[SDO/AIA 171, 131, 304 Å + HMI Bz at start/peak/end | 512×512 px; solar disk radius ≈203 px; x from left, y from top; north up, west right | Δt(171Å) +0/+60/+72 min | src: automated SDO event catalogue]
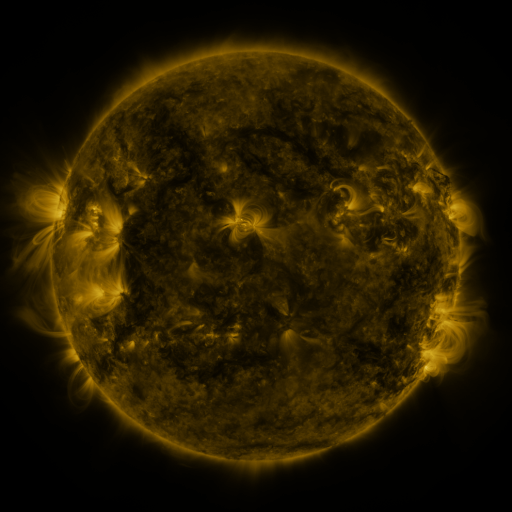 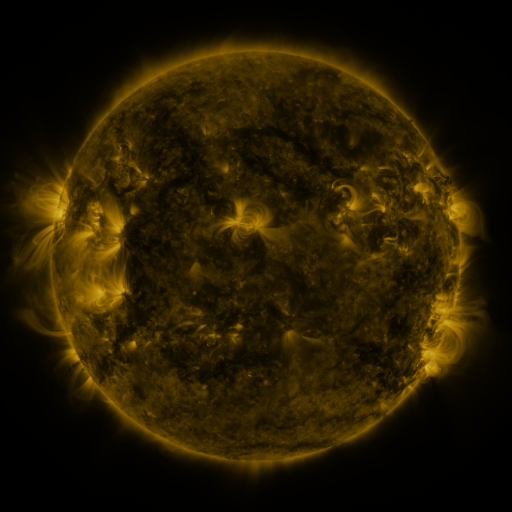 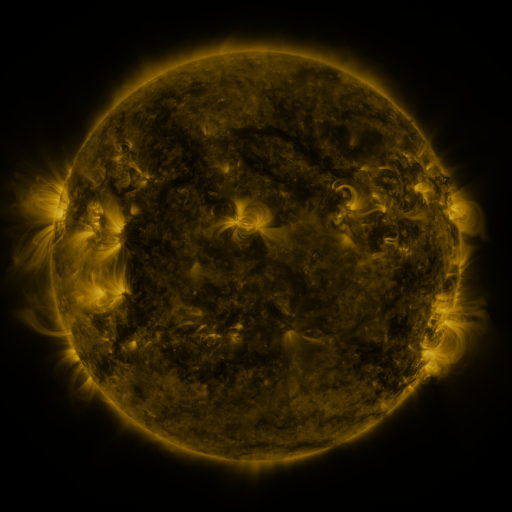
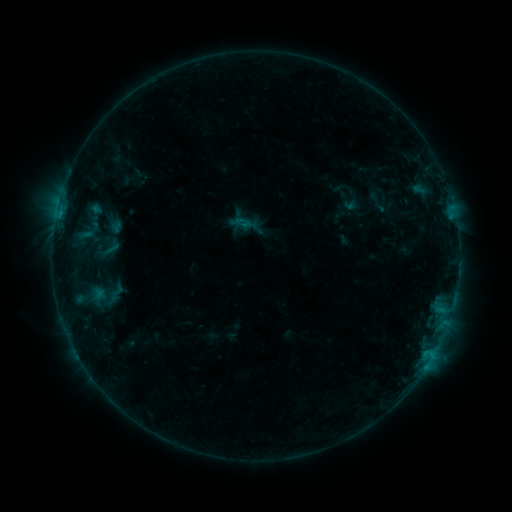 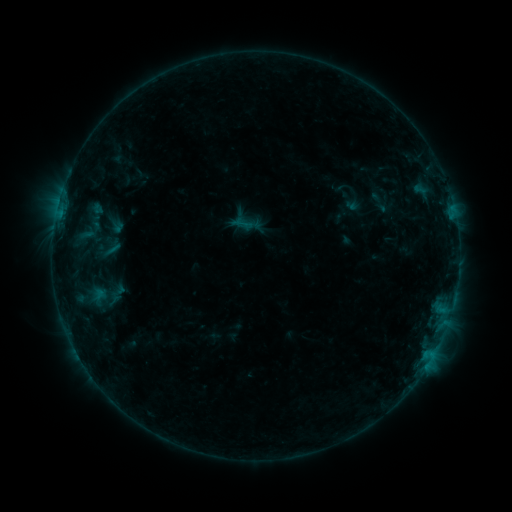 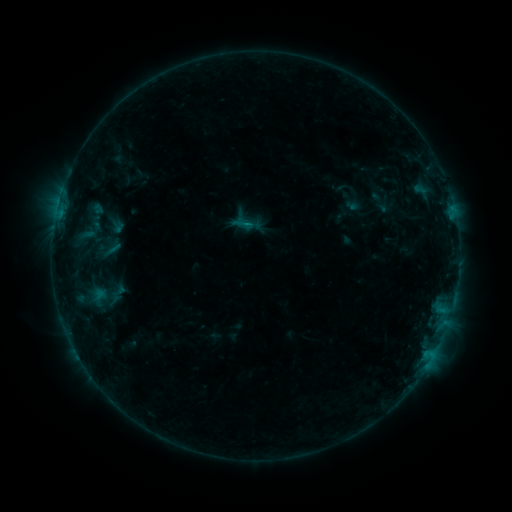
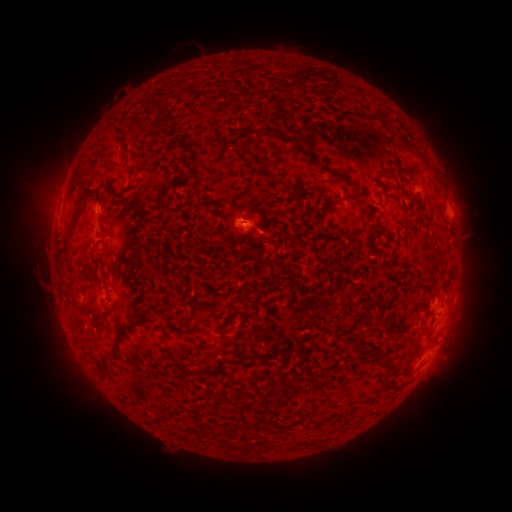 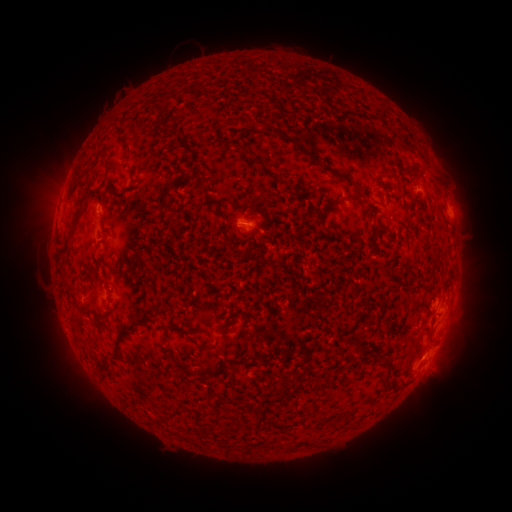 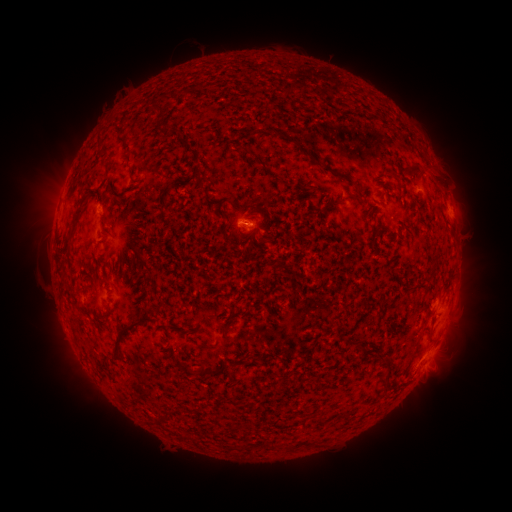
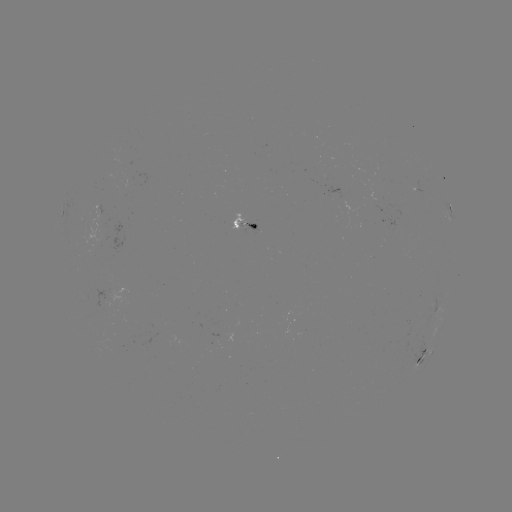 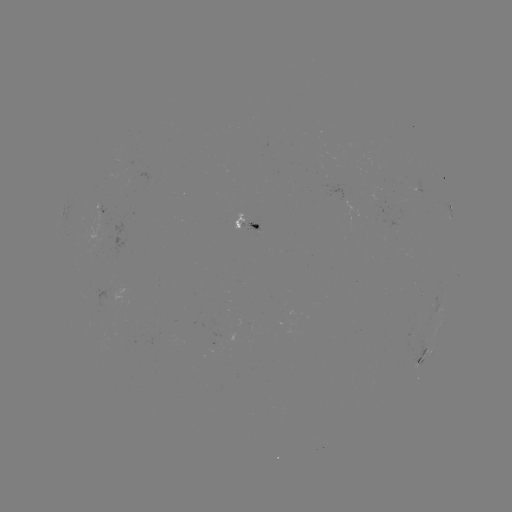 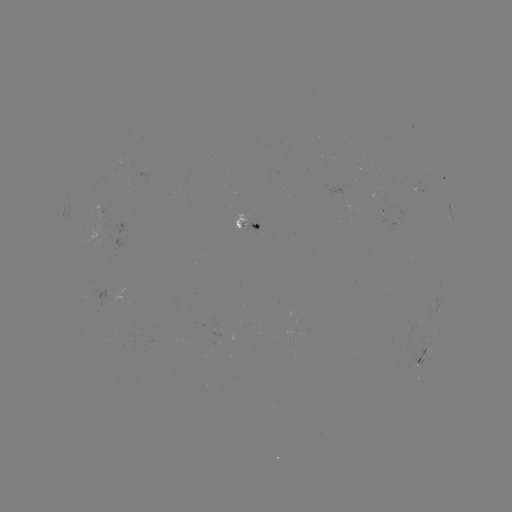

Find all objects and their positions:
emerging-flux region: (391, 220)
